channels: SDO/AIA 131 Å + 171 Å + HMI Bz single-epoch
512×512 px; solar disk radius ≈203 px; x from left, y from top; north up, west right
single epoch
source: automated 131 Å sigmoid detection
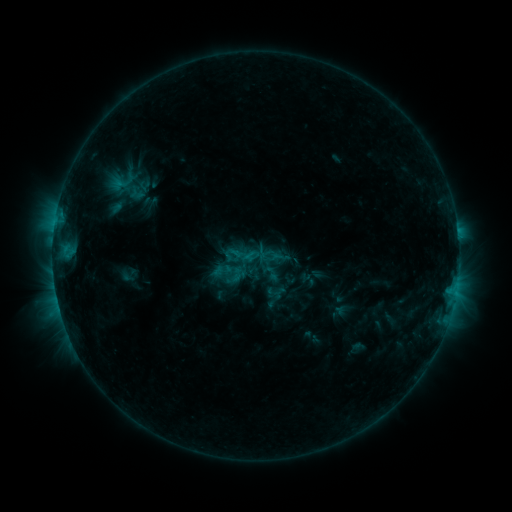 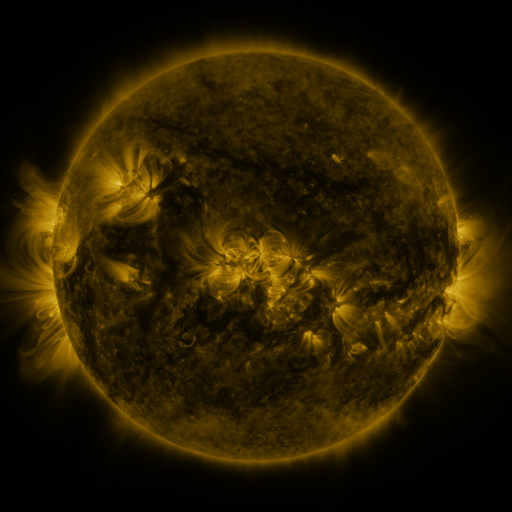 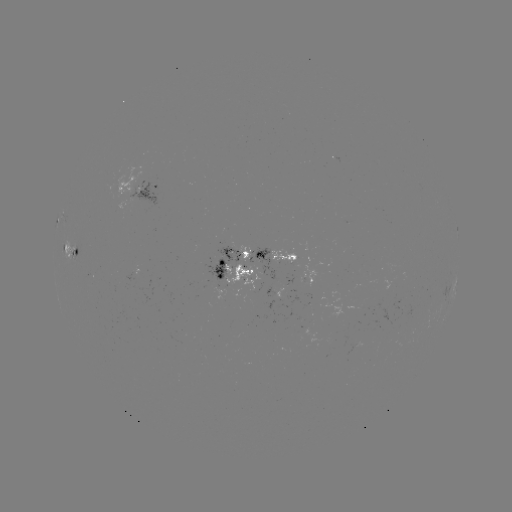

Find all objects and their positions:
sigmoid: (261, 263, 280, 283)
sigmoid: (228, 267, 245, 283)
